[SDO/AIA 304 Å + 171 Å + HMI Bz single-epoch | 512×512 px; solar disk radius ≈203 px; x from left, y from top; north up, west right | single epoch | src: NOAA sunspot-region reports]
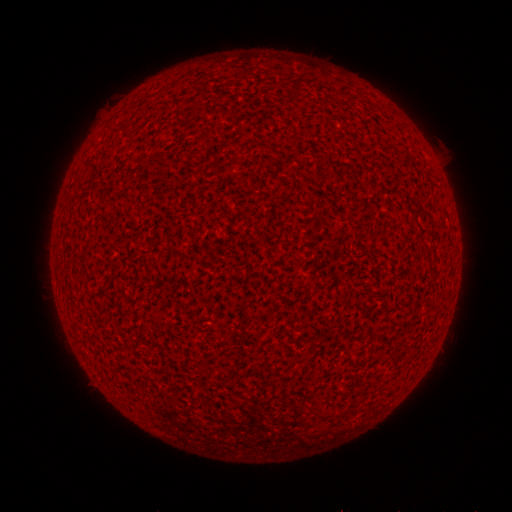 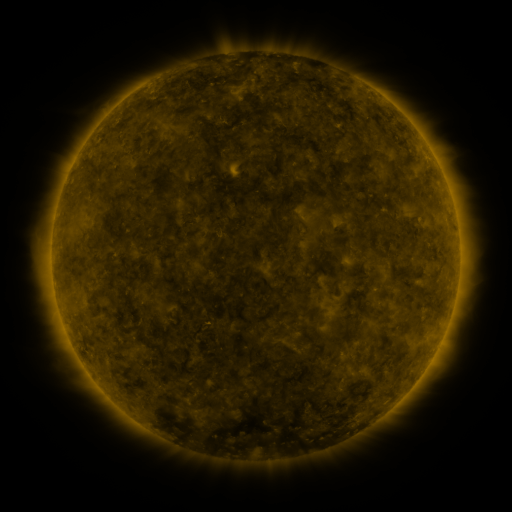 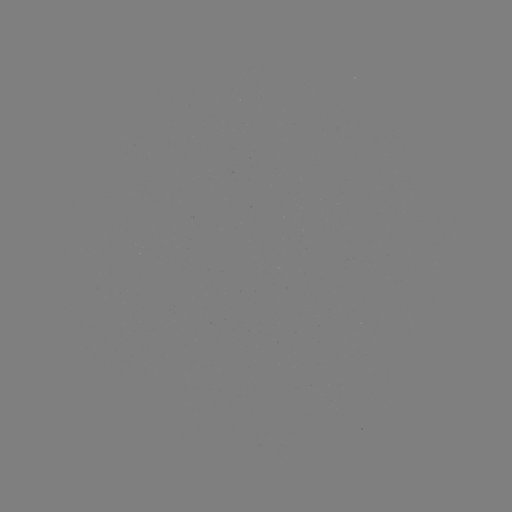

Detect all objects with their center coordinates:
(none)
